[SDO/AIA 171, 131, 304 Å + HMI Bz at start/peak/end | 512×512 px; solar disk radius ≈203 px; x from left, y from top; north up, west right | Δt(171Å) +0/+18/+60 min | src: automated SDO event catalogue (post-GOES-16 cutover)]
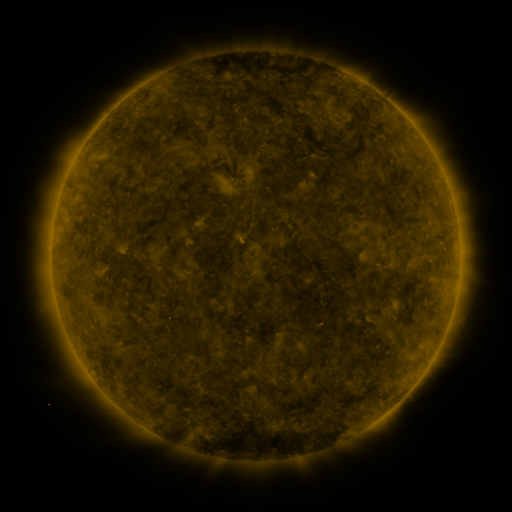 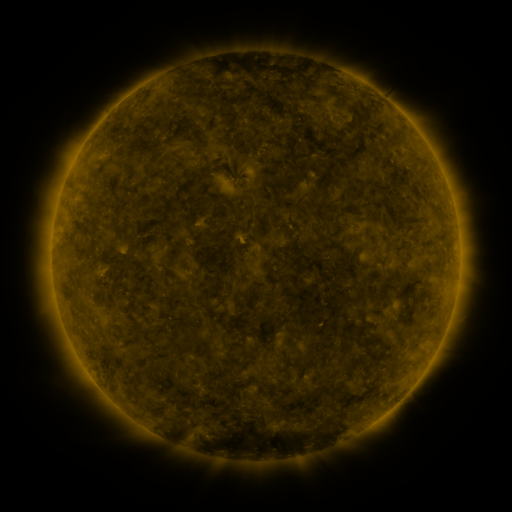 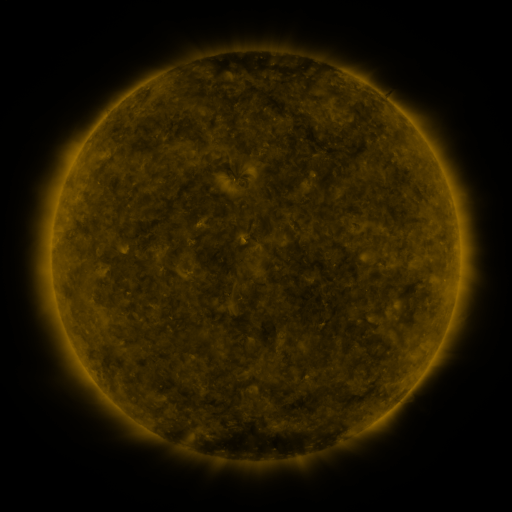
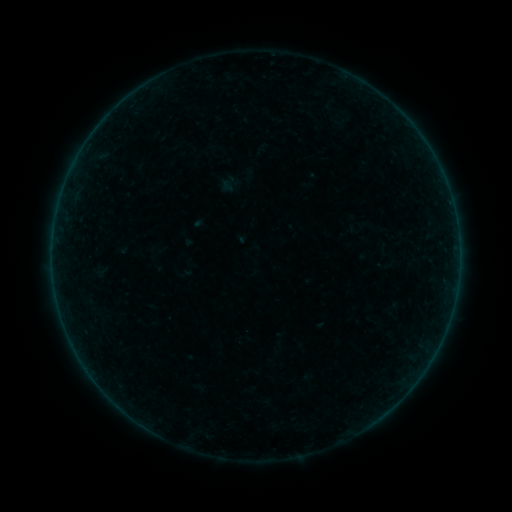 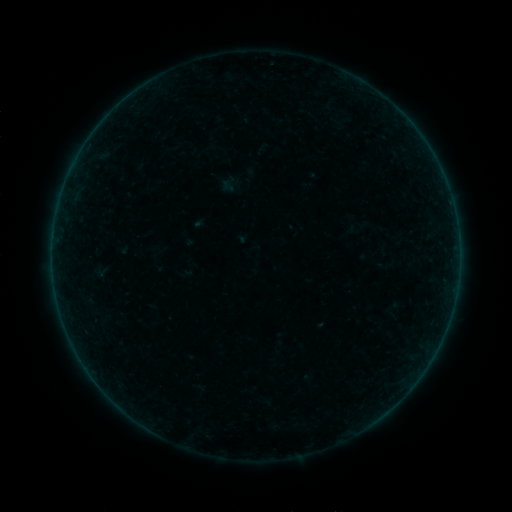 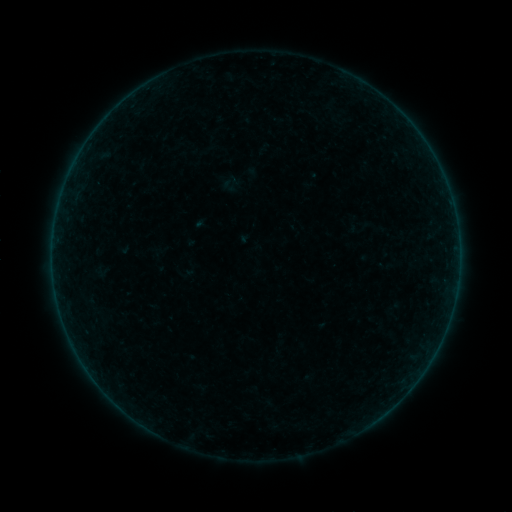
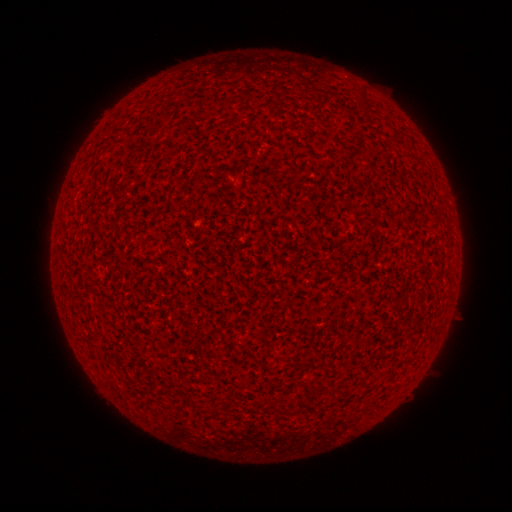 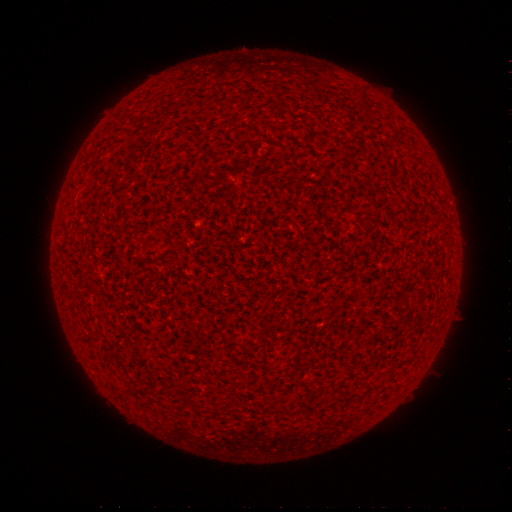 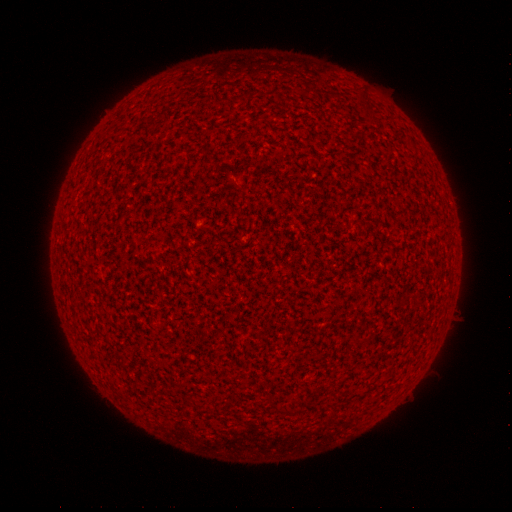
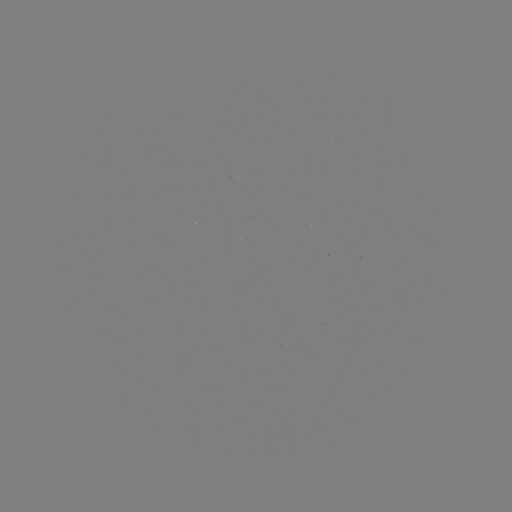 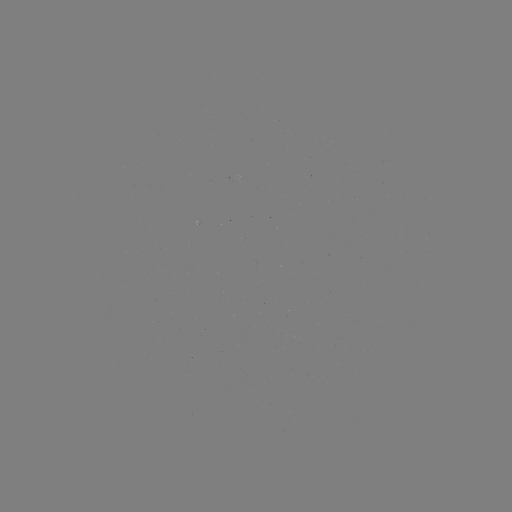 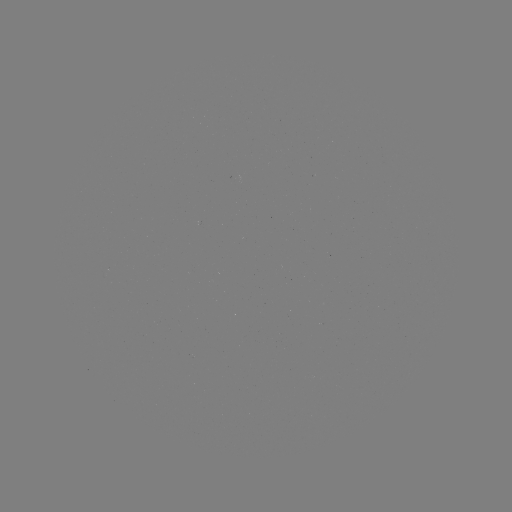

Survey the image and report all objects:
A9.0 flare: (319, 323)
